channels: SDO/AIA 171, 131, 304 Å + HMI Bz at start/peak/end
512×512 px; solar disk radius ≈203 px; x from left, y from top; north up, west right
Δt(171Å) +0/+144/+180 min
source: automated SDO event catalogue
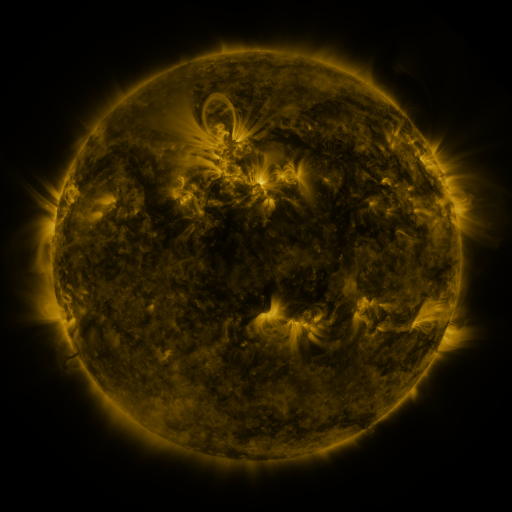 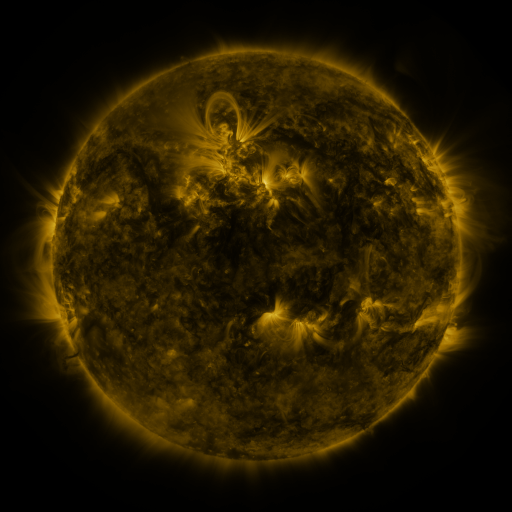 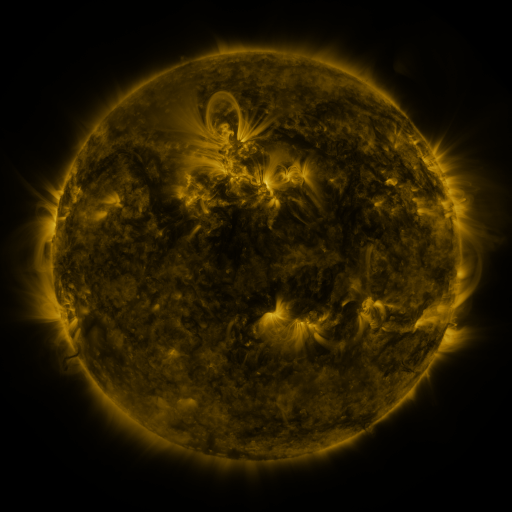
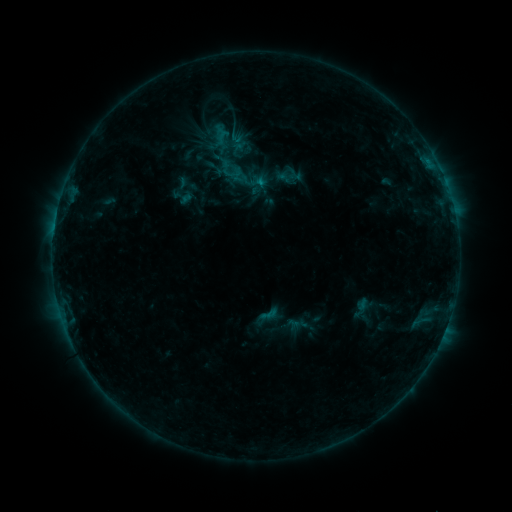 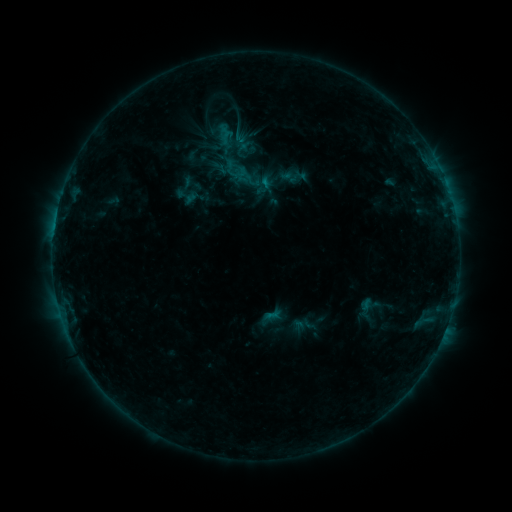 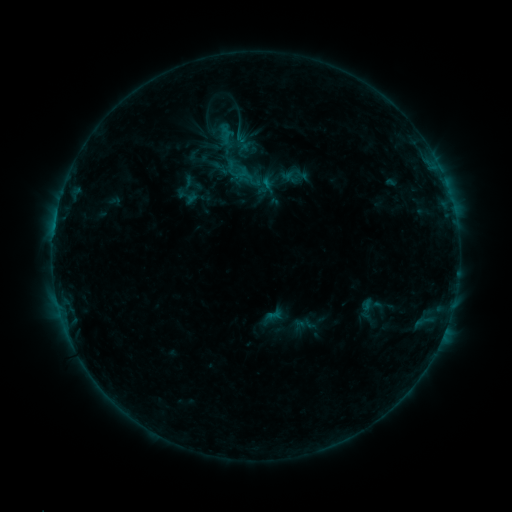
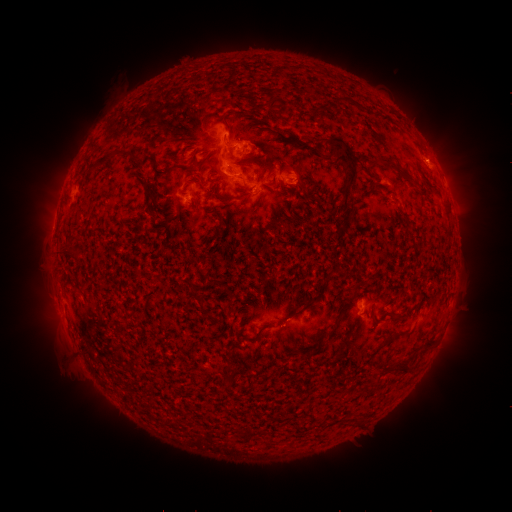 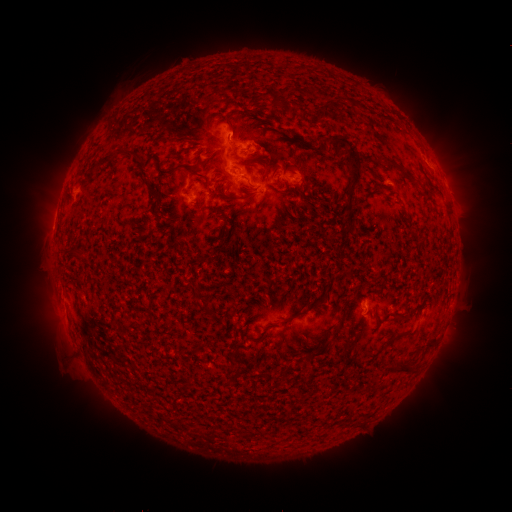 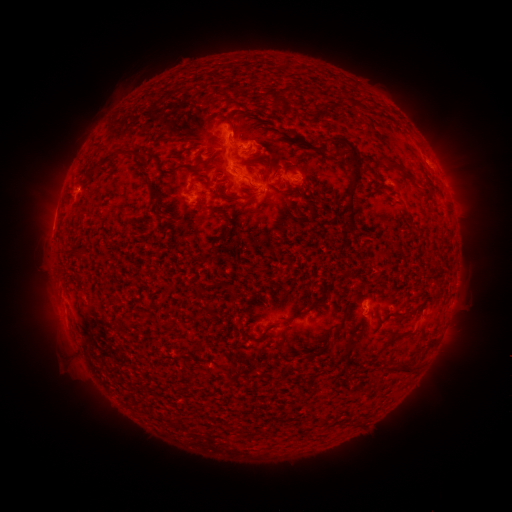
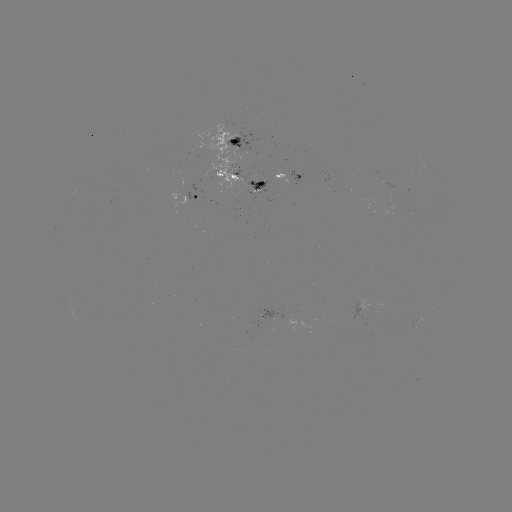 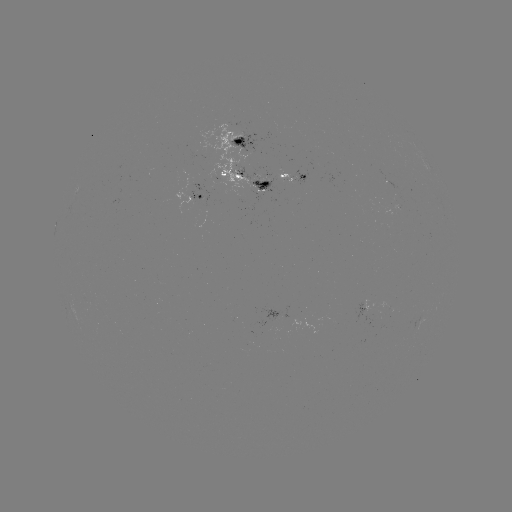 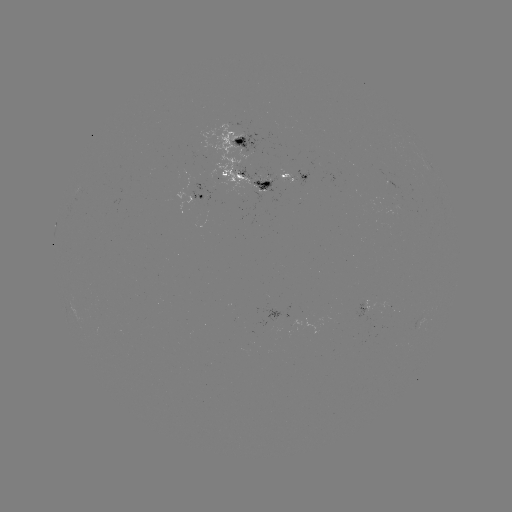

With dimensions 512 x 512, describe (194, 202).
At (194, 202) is emerging-flux region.